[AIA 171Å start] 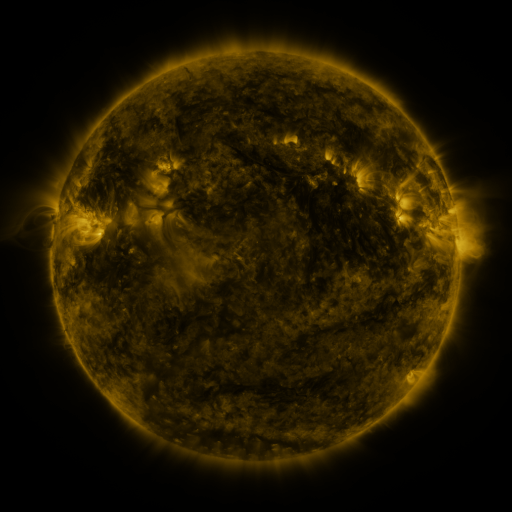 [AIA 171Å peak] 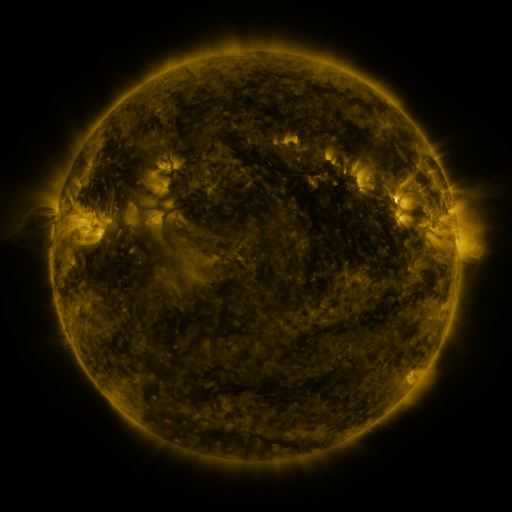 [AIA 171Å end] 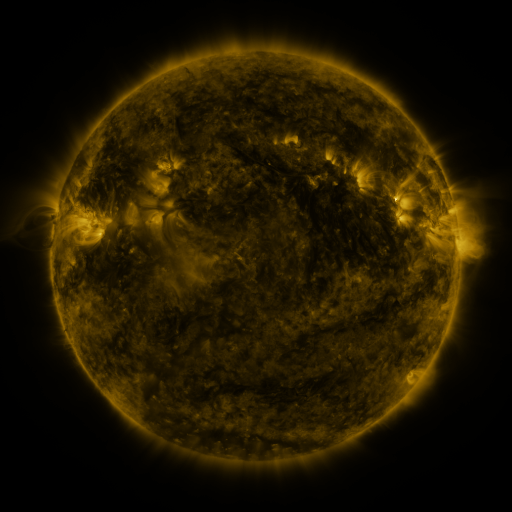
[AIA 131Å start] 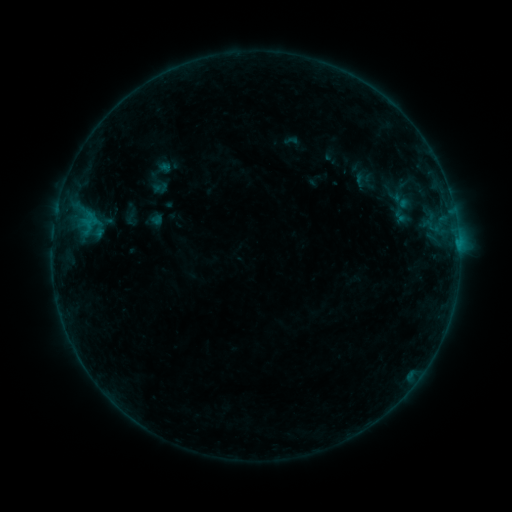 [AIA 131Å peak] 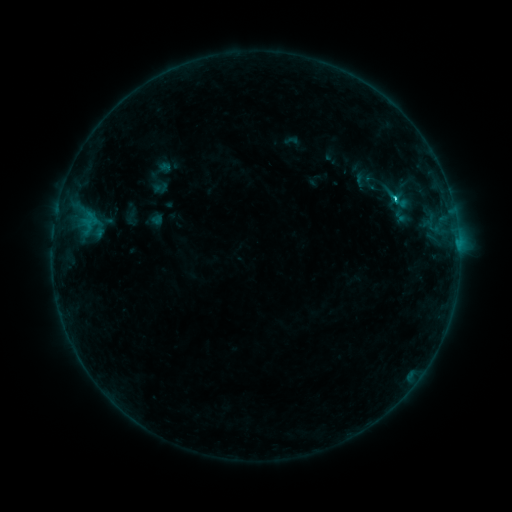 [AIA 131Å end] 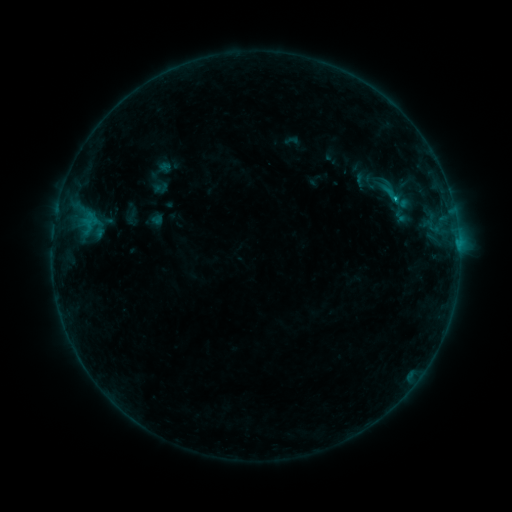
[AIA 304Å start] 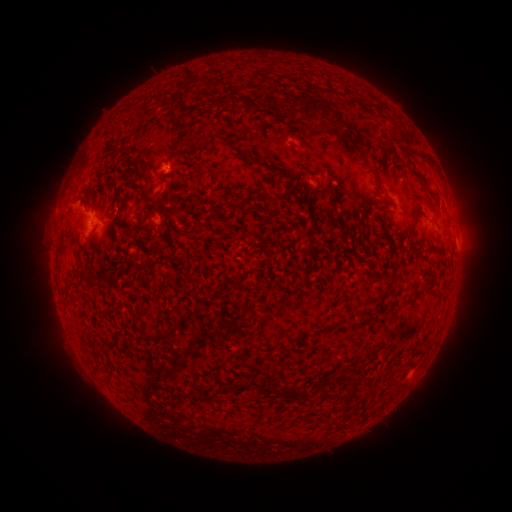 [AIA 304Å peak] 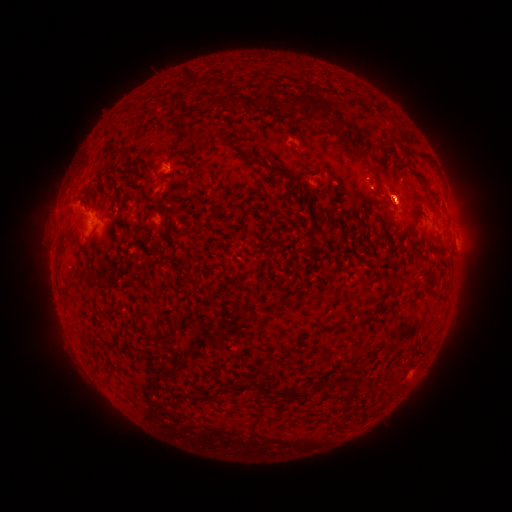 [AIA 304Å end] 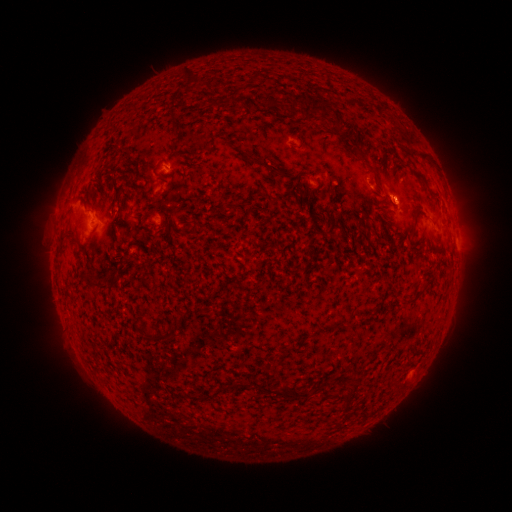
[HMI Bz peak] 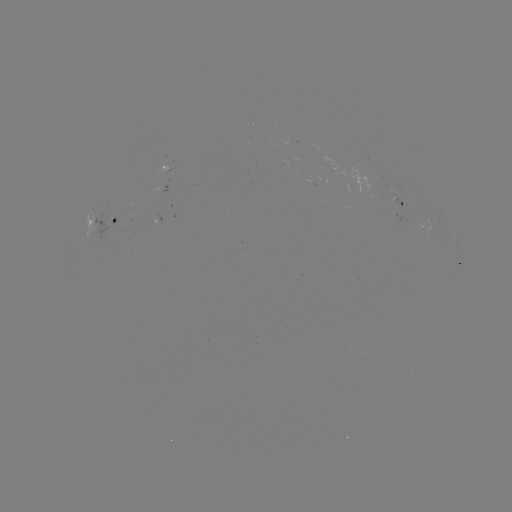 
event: flare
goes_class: C1.1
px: (394, 199)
